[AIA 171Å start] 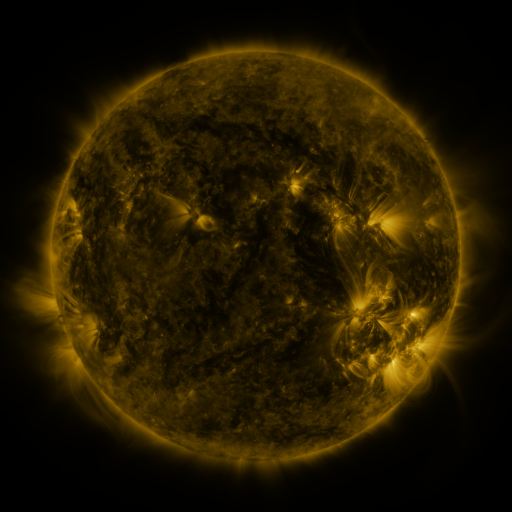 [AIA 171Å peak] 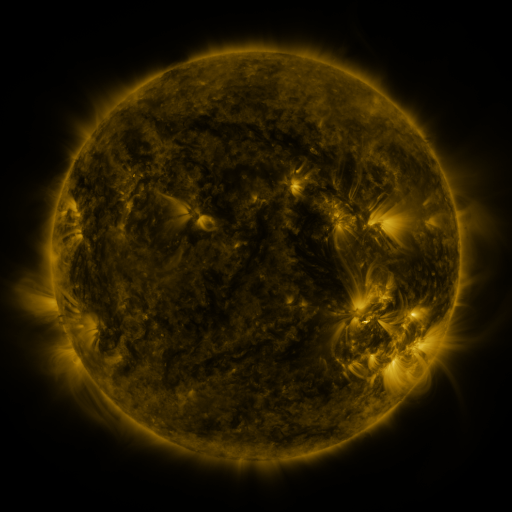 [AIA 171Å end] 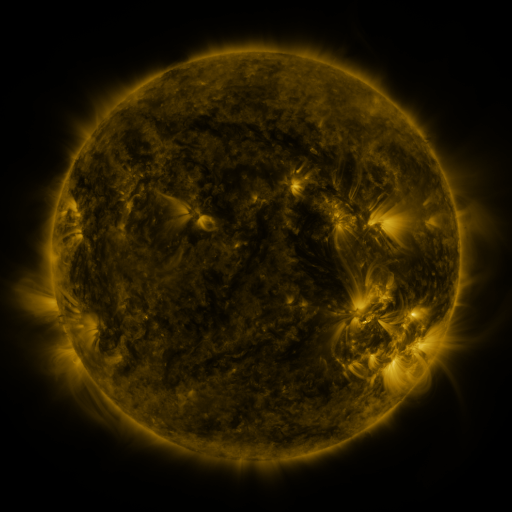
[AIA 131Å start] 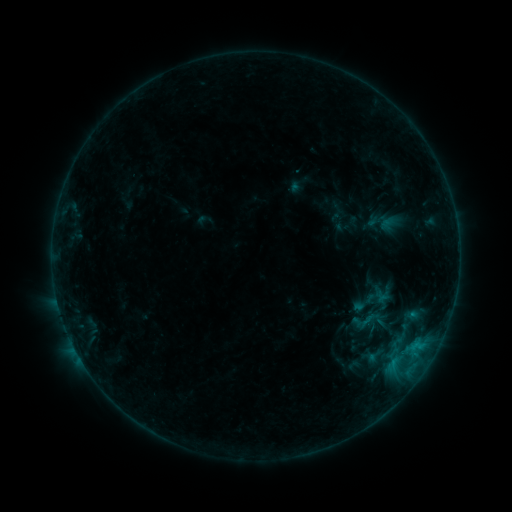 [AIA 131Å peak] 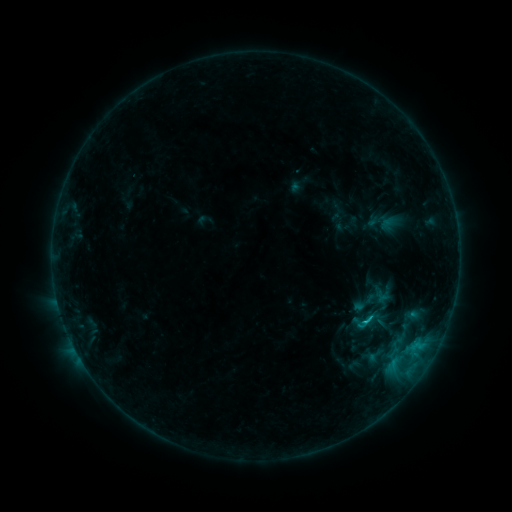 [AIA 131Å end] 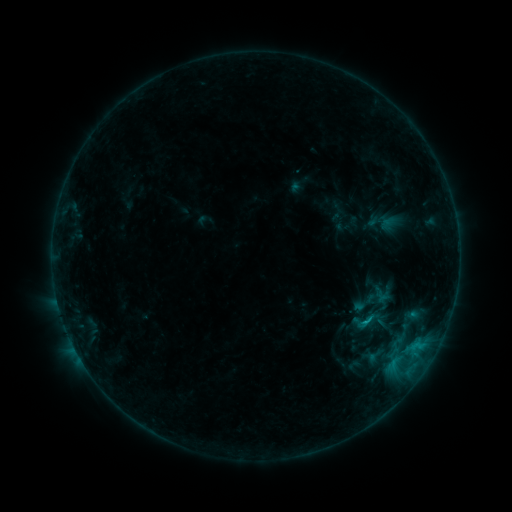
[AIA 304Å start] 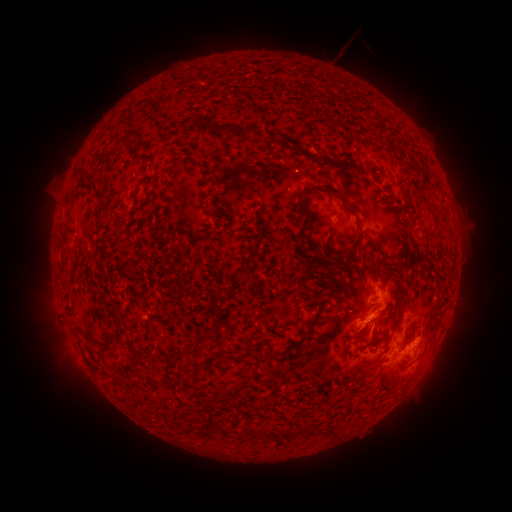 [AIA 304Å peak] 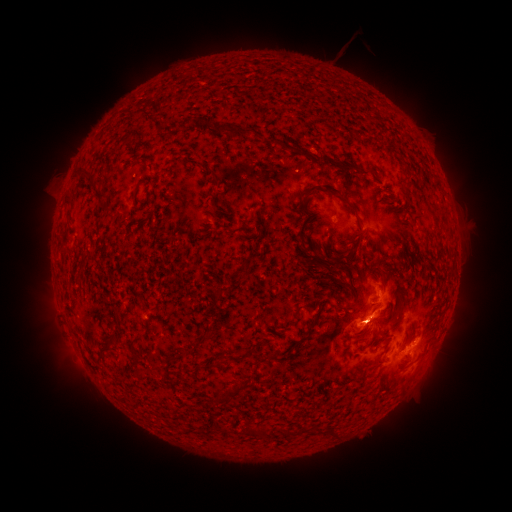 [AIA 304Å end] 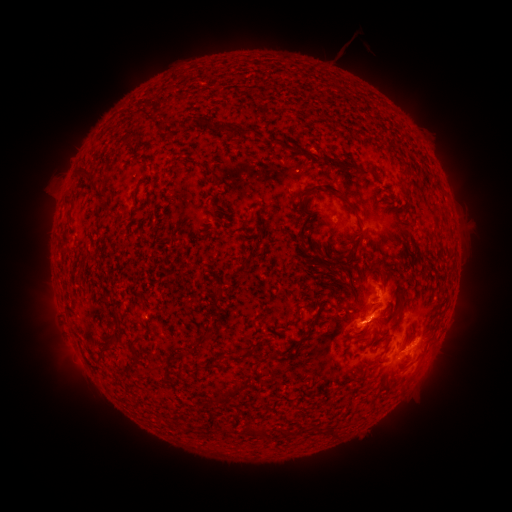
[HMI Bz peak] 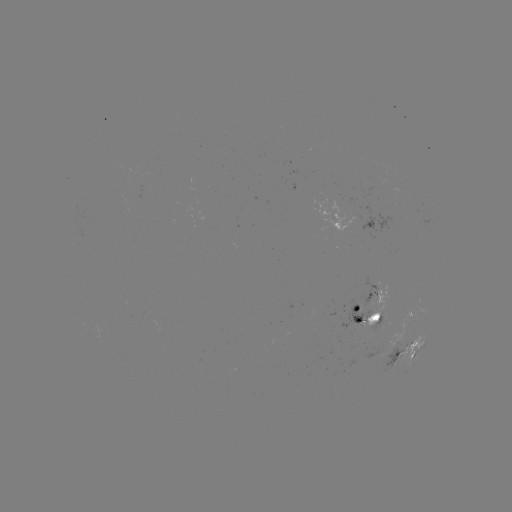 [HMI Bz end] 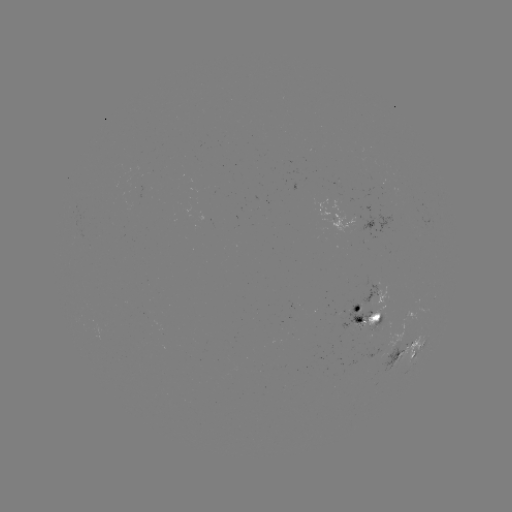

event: flare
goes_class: C1.0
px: (364, 322)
